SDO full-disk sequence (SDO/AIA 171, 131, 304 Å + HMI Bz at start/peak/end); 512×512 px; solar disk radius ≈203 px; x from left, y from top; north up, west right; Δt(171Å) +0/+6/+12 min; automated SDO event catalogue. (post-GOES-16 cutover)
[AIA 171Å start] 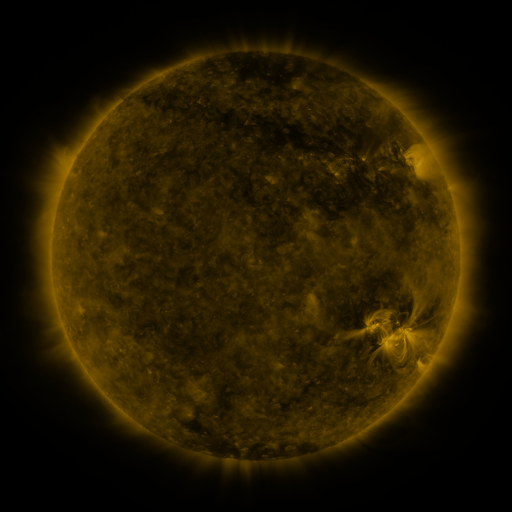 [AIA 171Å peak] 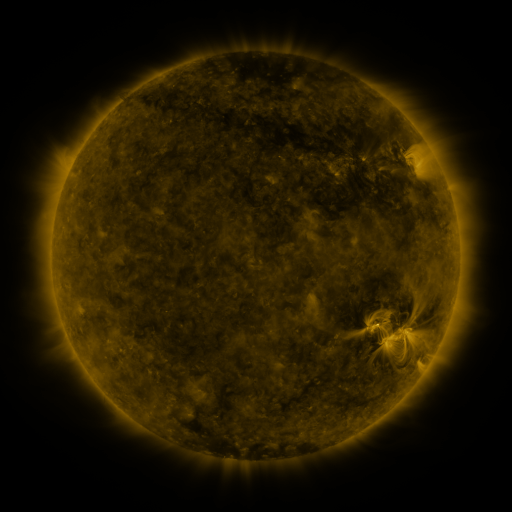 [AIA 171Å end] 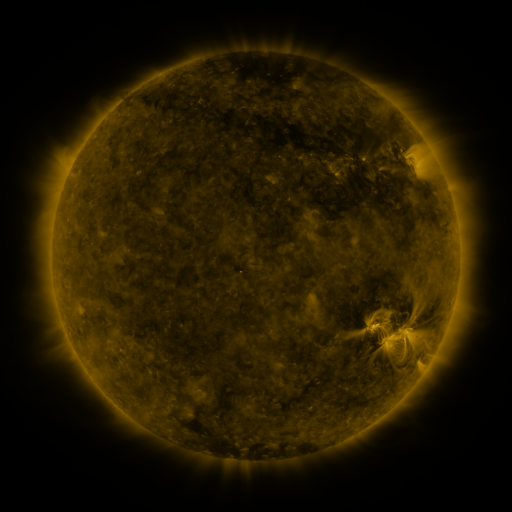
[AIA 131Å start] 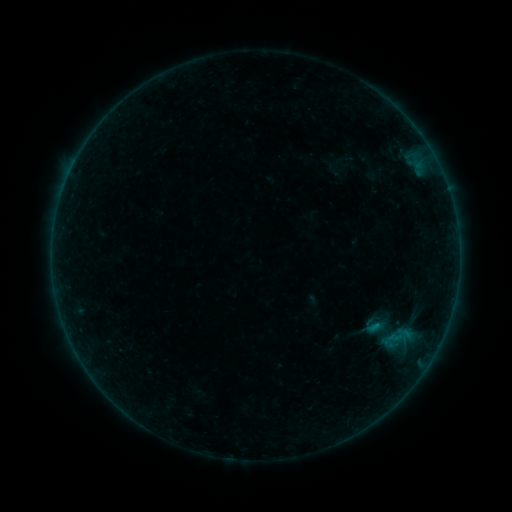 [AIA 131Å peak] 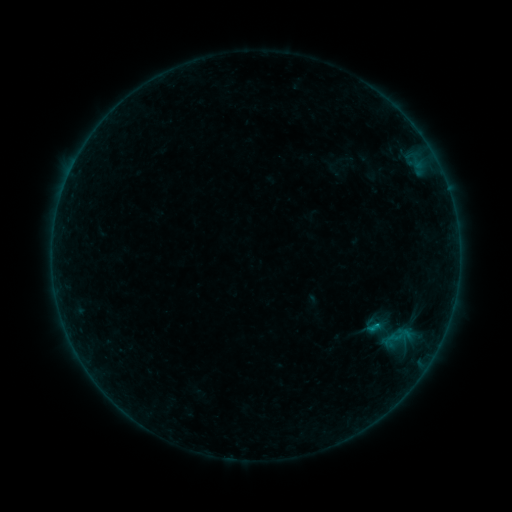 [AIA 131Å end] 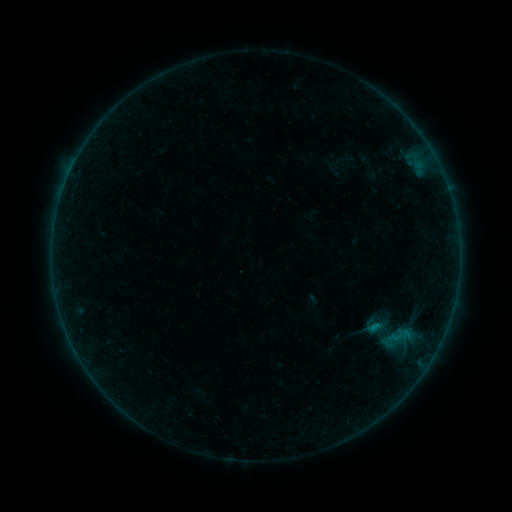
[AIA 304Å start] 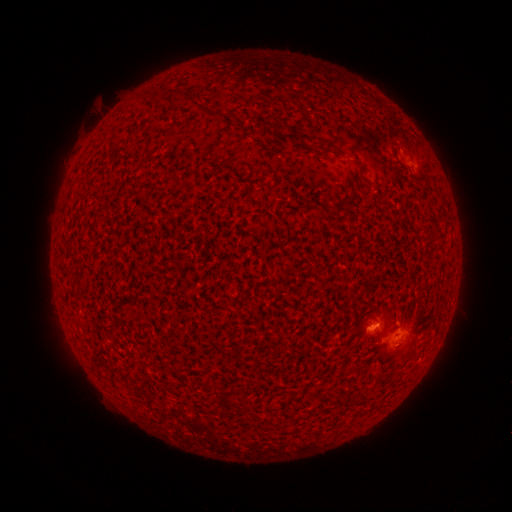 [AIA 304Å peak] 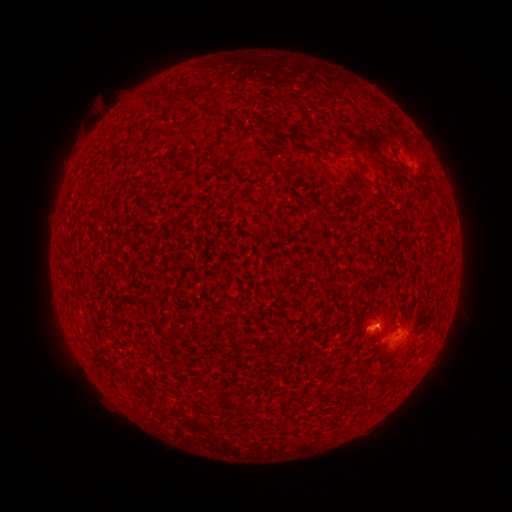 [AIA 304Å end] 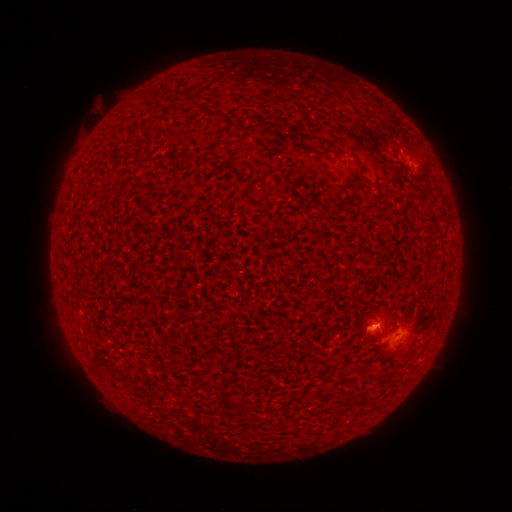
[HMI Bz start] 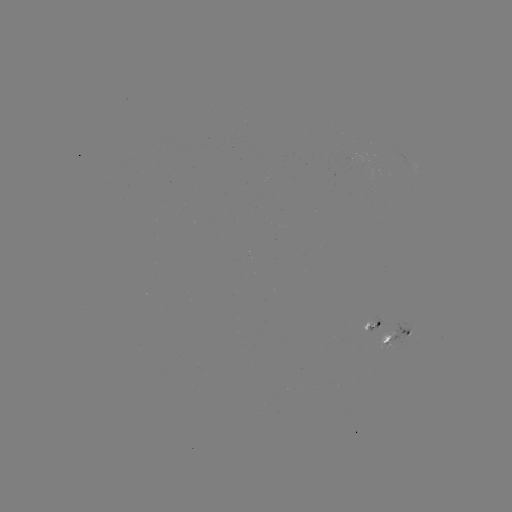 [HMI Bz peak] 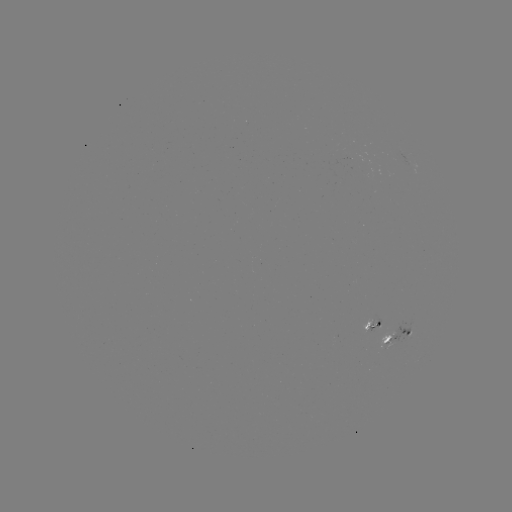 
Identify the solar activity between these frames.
B2.8 flare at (373, 324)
